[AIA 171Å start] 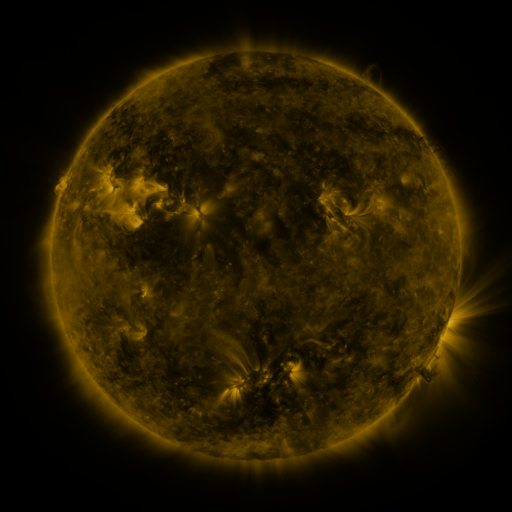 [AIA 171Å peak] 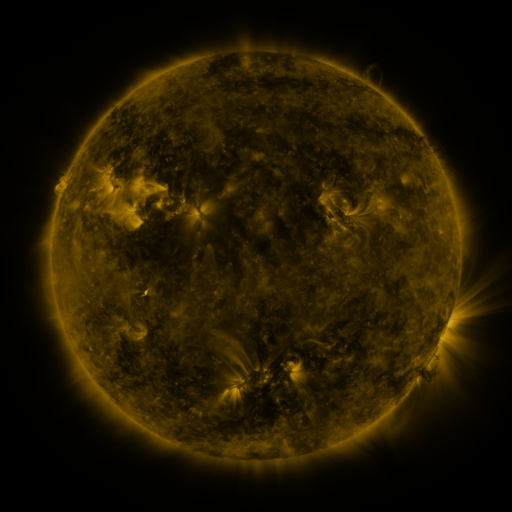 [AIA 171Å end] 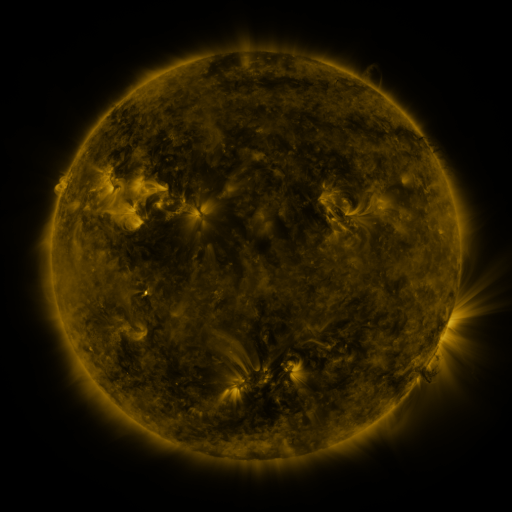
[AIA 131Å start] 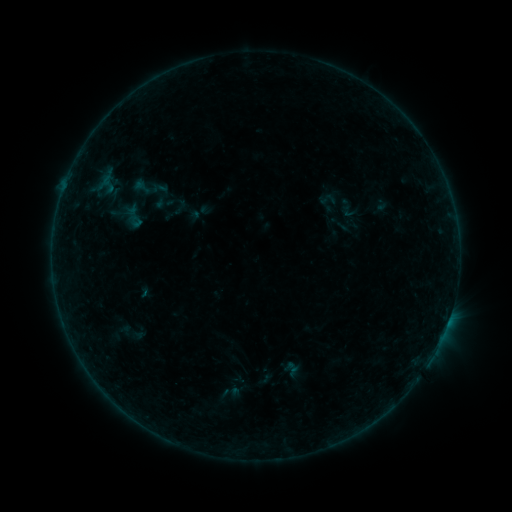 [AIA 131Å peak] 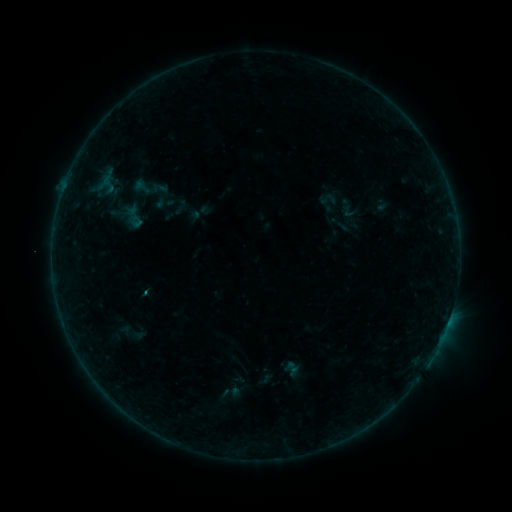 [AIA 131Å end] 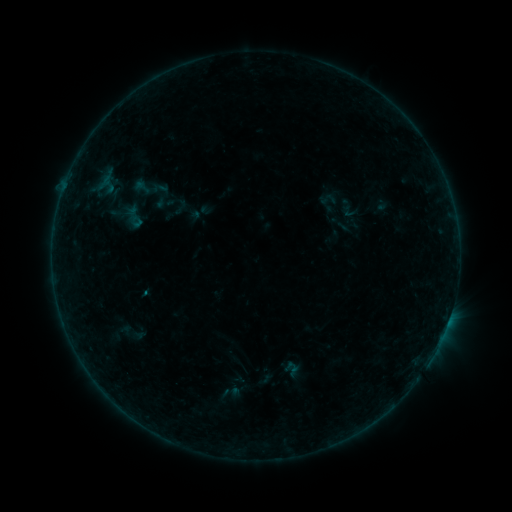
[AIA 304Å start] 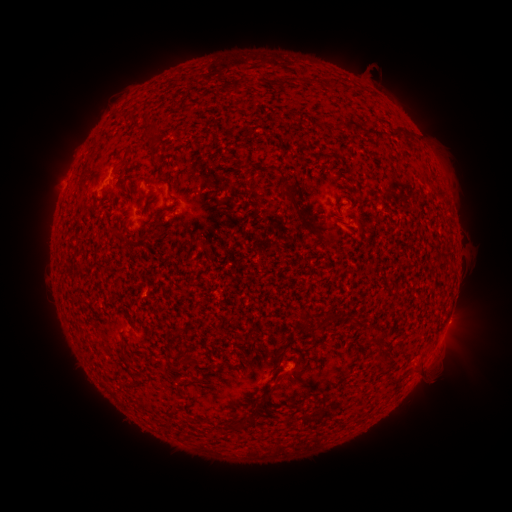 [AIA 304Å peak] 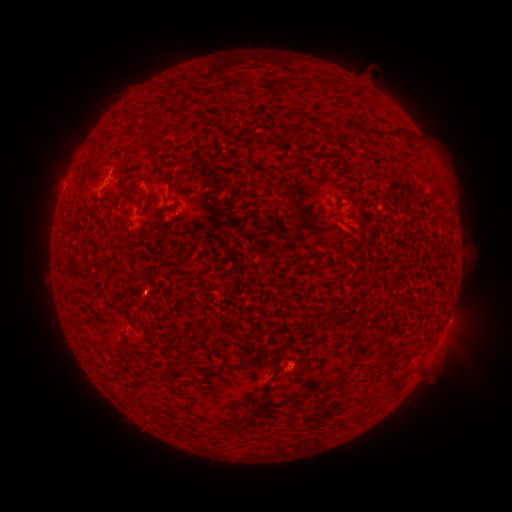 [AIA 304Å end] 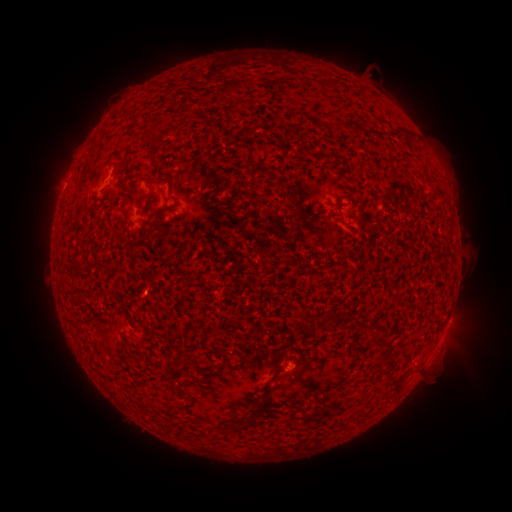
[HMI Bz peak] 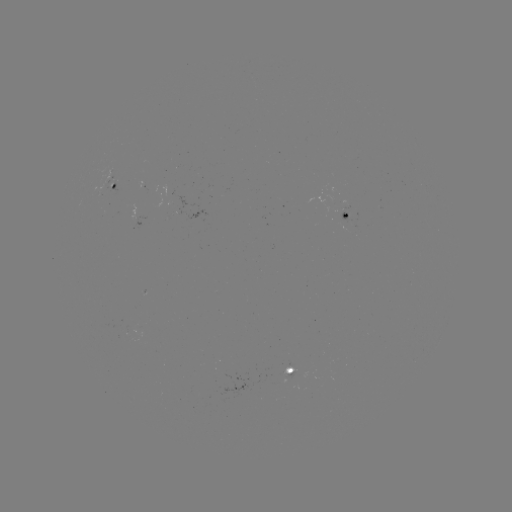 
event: flare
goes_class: B1.7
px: (148, 293)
